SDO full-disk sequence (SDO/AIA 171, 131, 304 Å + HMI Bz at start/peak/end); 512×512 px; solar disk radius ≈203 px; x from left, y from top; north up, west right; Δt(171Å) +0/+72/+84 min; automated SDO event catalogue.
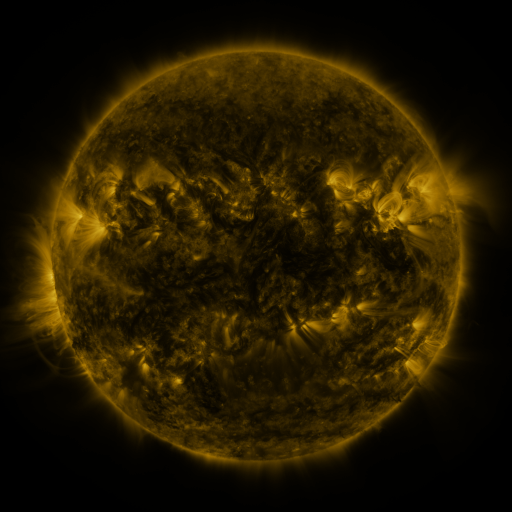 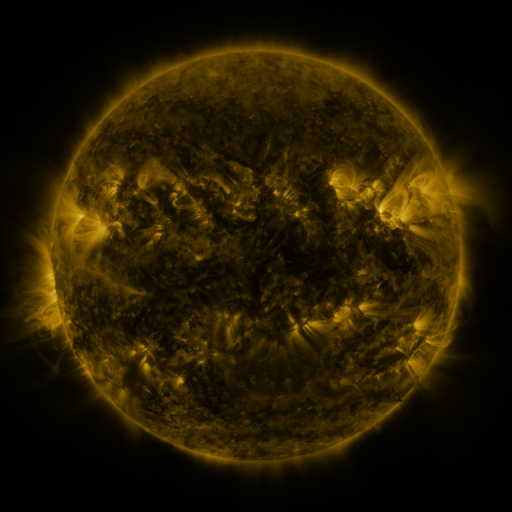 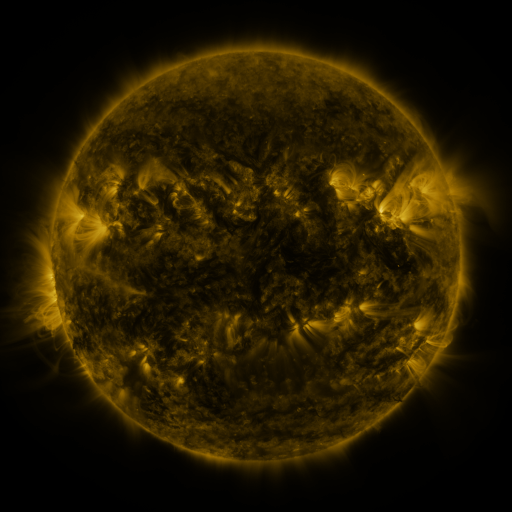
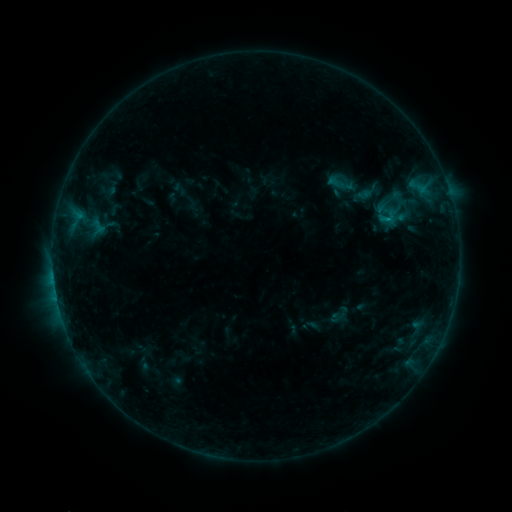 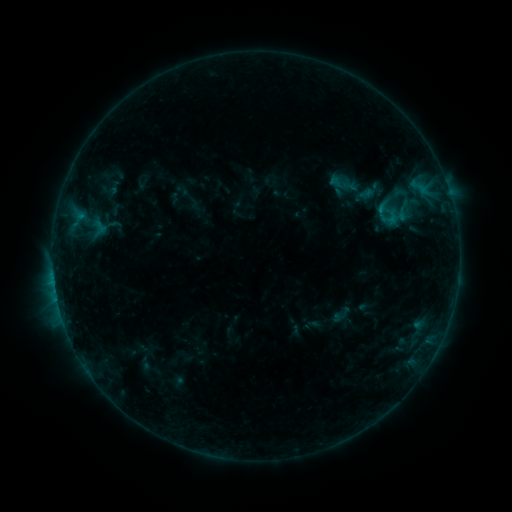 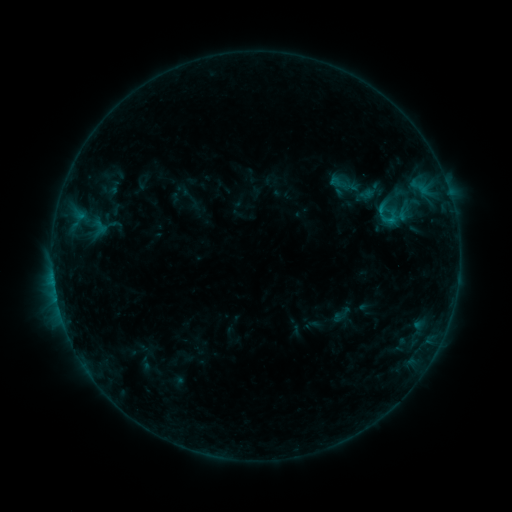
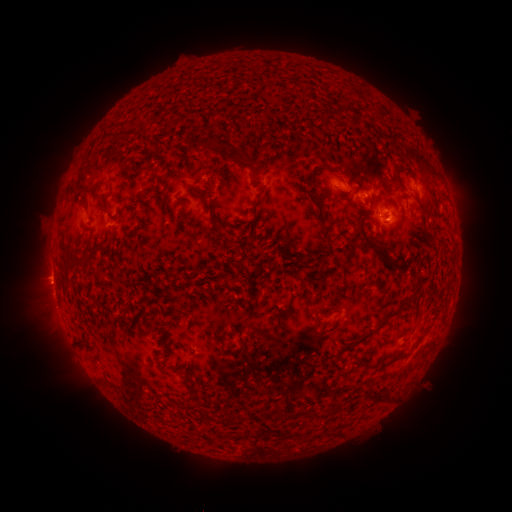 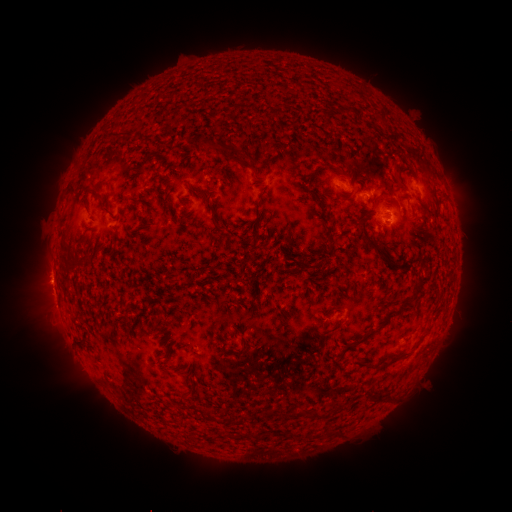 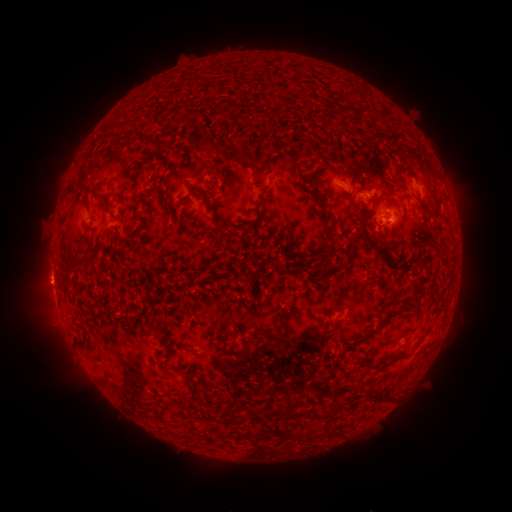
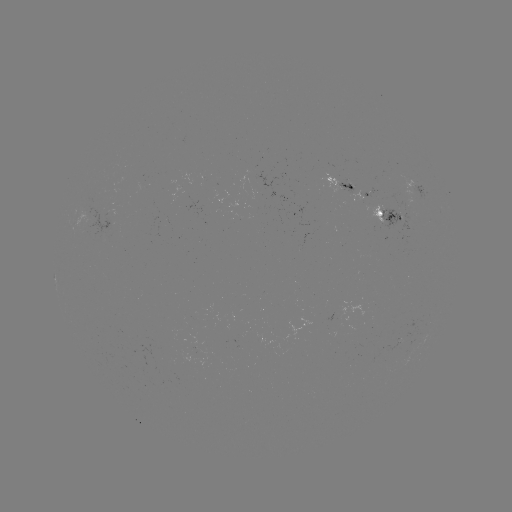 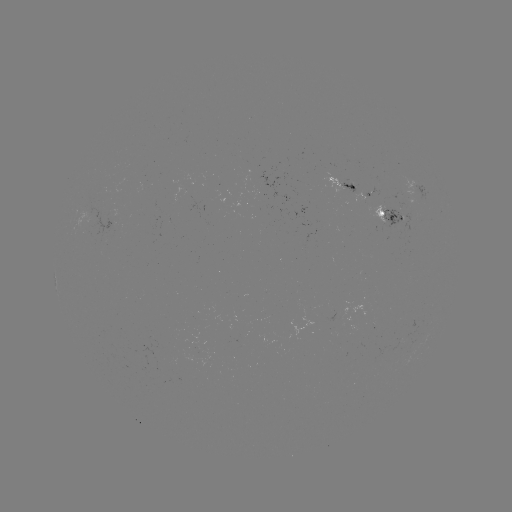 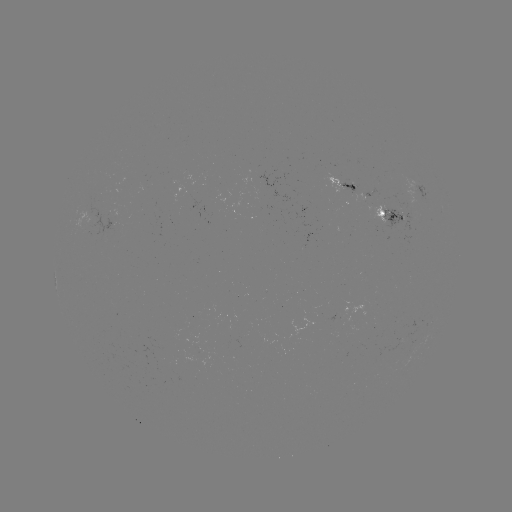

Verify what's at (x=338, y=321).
emerging-flux region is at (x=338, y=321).